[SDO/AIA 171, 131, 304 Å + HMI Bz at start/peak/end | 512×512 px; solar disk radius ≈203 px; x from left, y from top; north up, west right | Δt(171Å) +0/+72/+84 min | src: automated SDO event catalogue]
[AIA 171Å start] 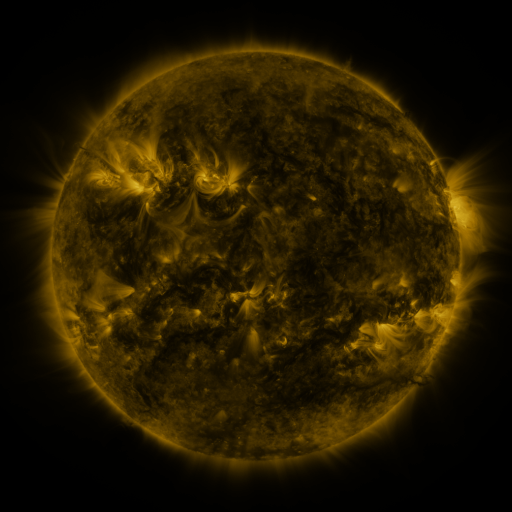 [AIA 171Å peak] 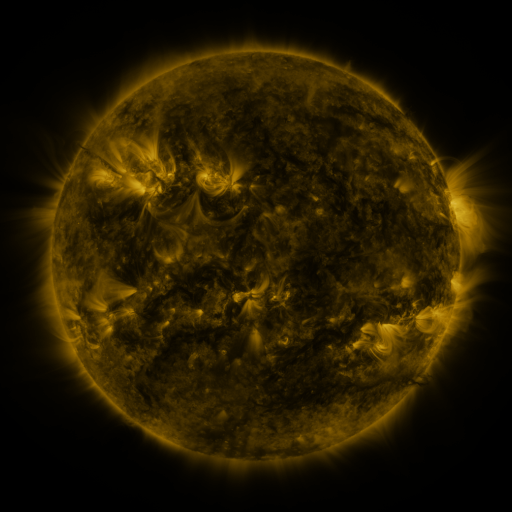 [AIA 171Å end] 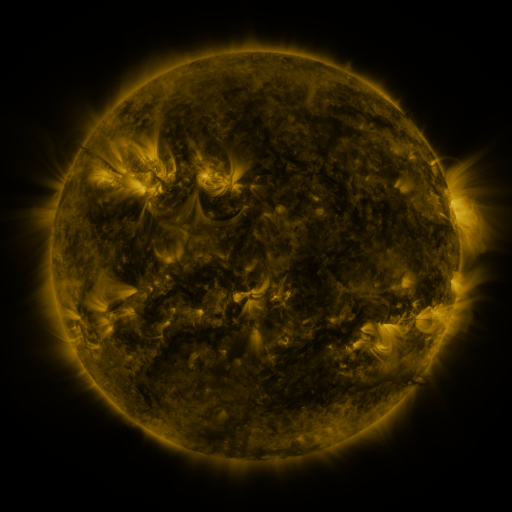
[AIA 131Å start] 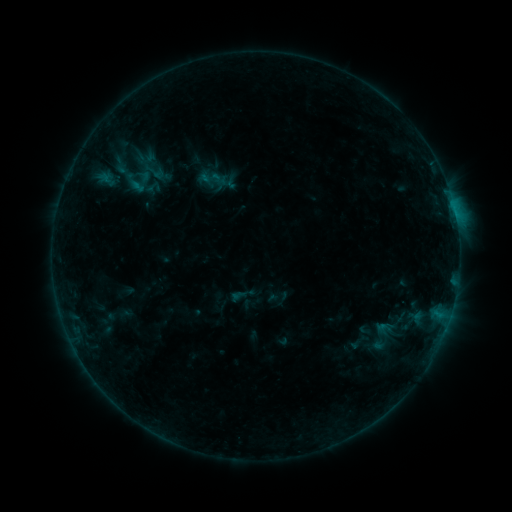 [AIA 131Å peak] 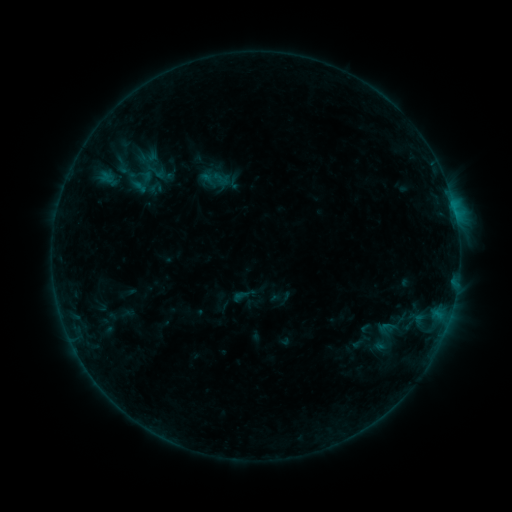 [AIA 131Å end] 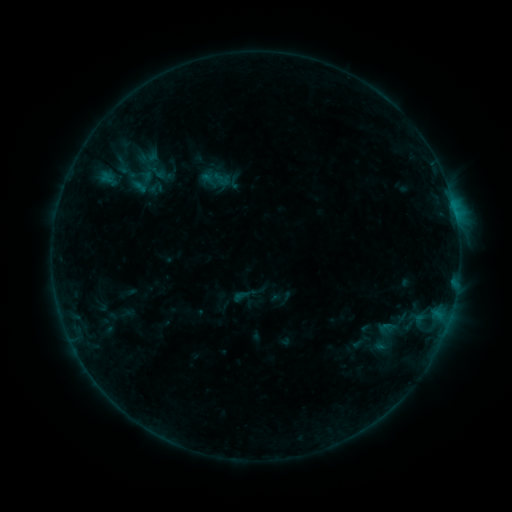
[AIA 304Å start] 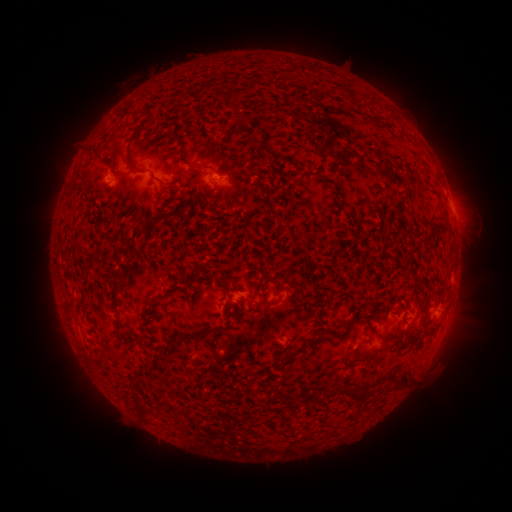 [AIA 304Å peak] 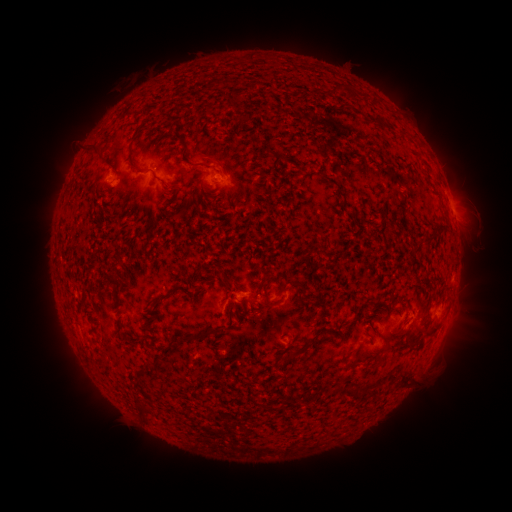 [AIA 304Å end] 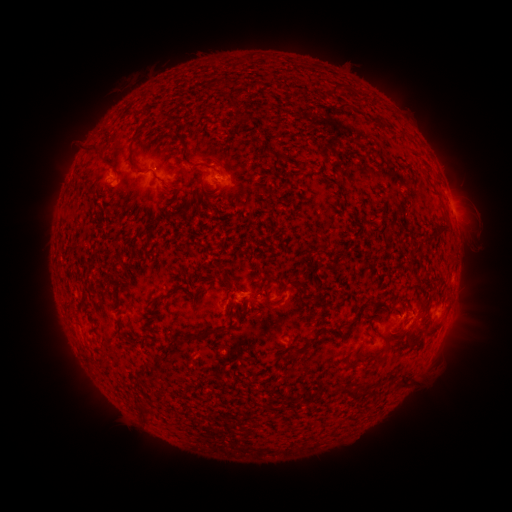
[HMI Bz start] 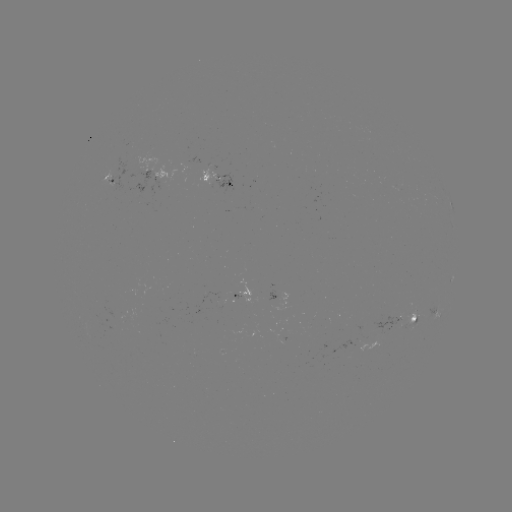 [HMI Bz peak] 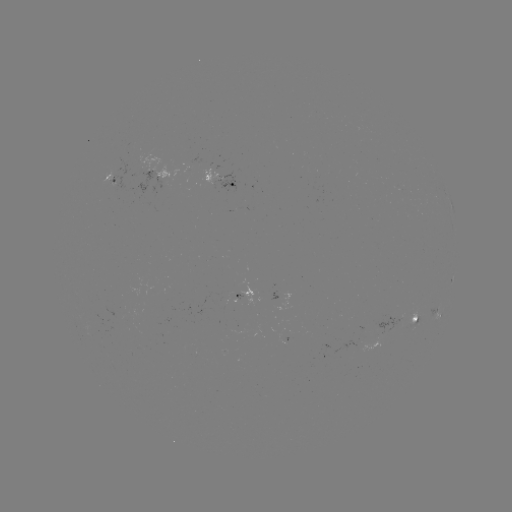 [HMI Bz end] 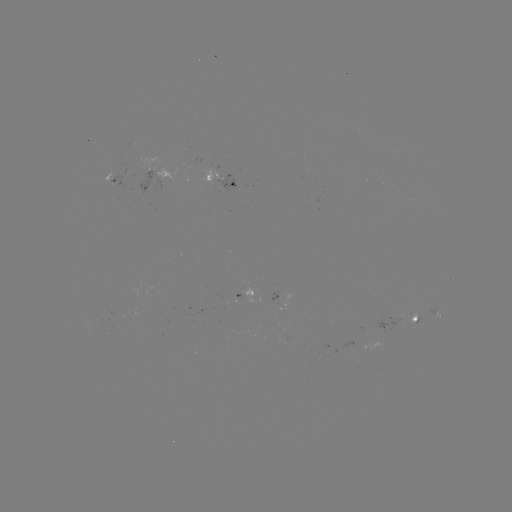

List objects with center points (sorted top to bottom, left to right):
emerging-flux region: (411, 322)
